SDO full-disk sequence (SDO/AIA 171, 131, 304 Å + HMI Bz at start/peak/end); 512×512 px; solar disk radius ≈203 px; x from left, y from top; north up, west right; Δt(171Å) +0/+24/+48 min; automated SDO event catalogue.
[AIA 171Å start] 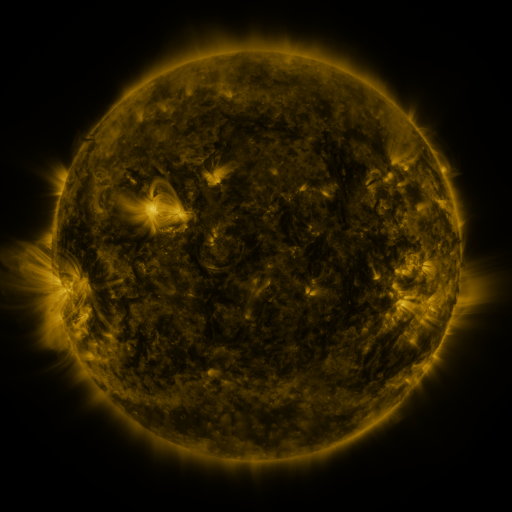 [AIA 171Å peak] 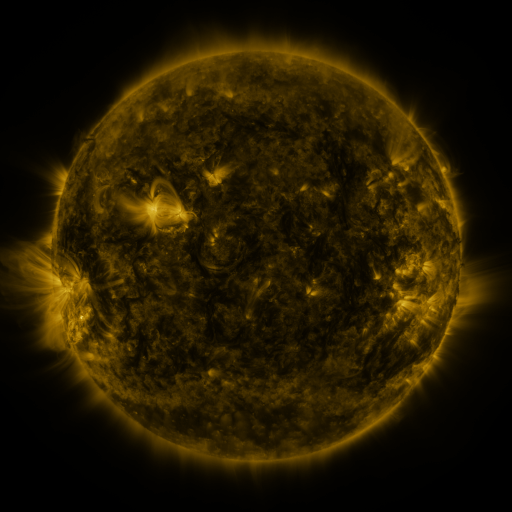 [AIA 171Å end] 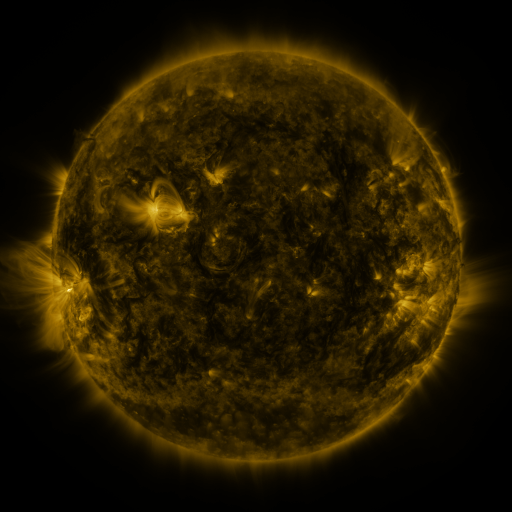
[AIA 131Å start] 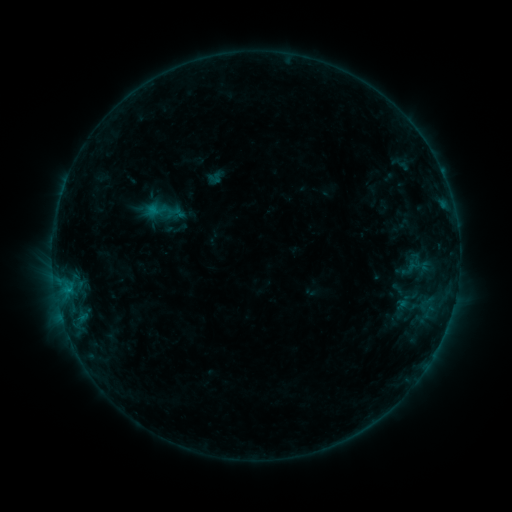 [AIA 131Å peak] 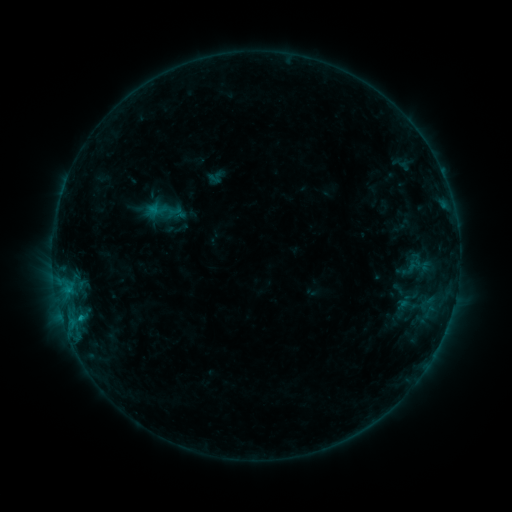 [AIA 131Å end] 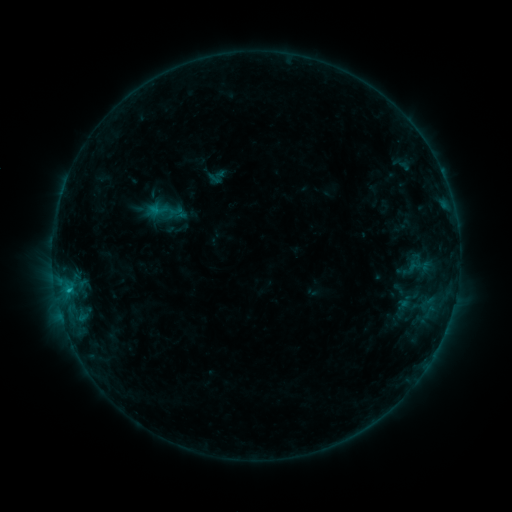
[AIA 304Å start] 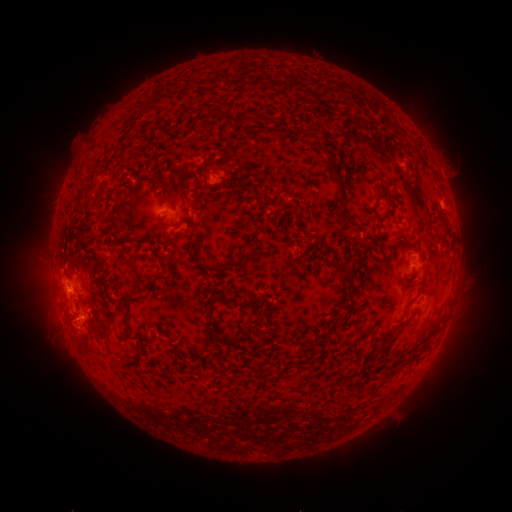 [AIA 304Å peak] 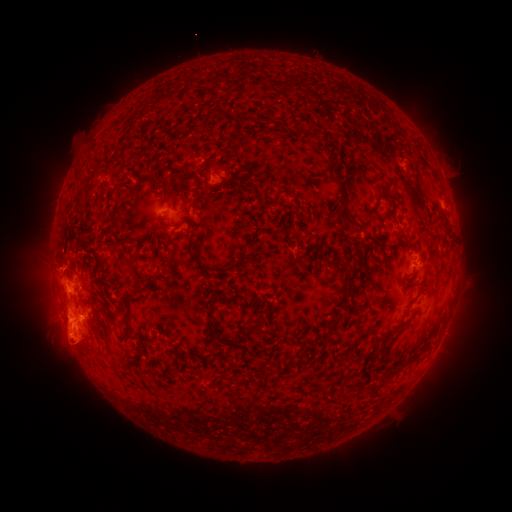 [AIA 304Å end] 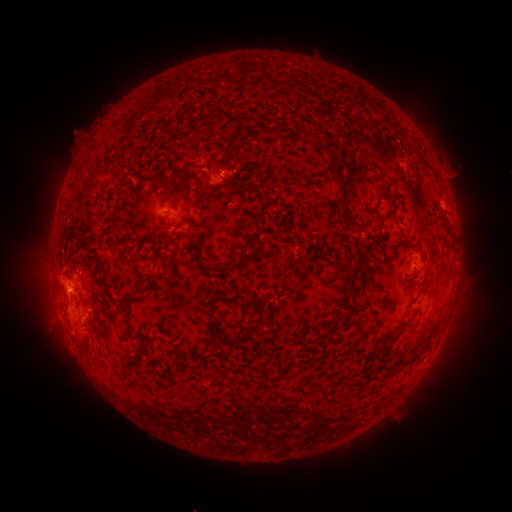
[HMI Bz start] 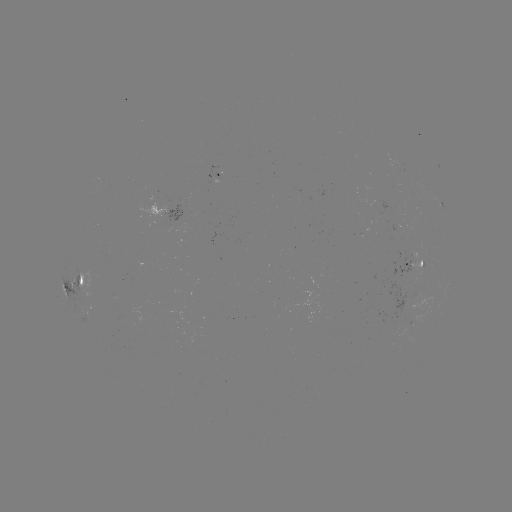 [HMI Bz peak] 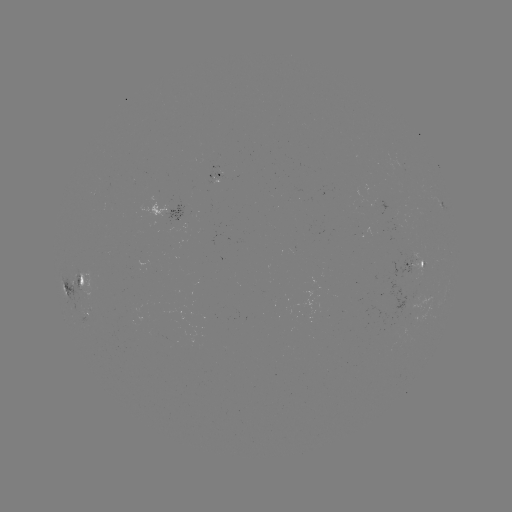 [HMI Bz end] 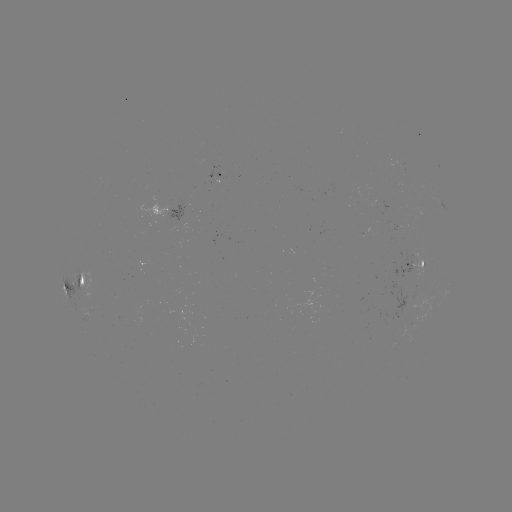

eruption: (32, 287, 116, 376)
